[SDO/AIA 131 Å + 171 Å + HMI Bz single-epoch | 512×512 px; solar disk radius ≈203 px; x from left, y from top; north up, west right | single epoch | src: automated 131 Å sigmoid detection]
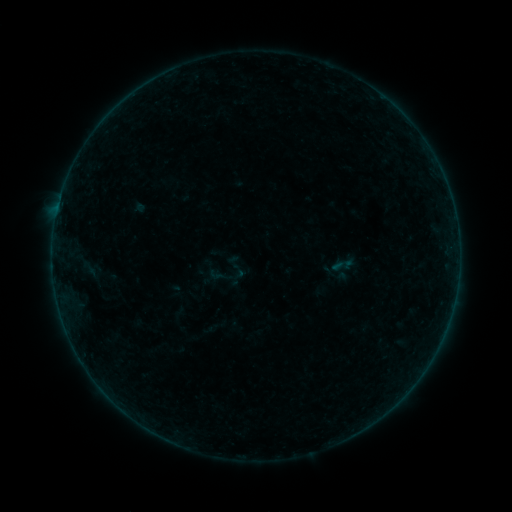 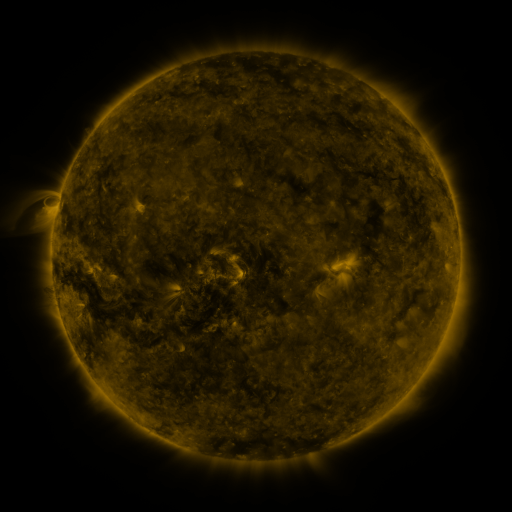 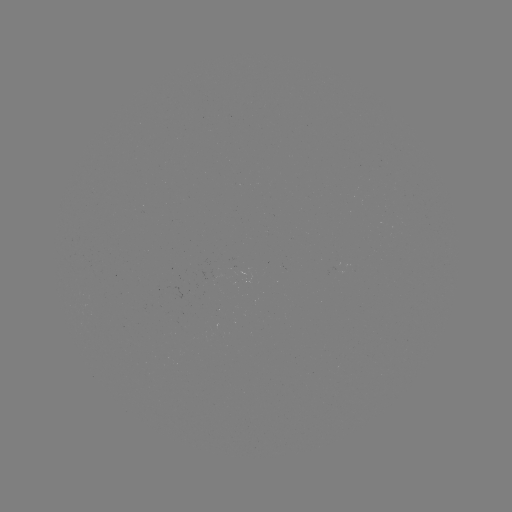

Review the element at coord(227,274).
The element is sigmoid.